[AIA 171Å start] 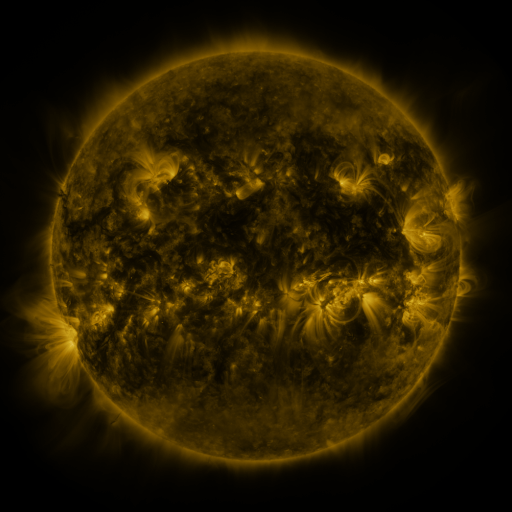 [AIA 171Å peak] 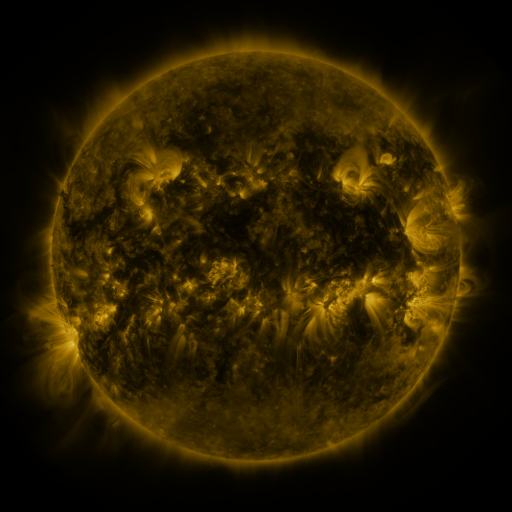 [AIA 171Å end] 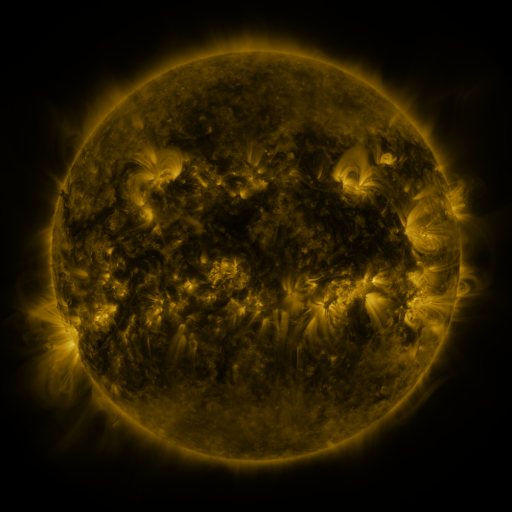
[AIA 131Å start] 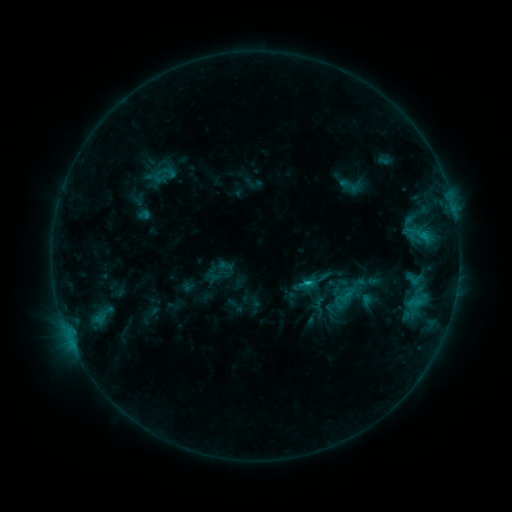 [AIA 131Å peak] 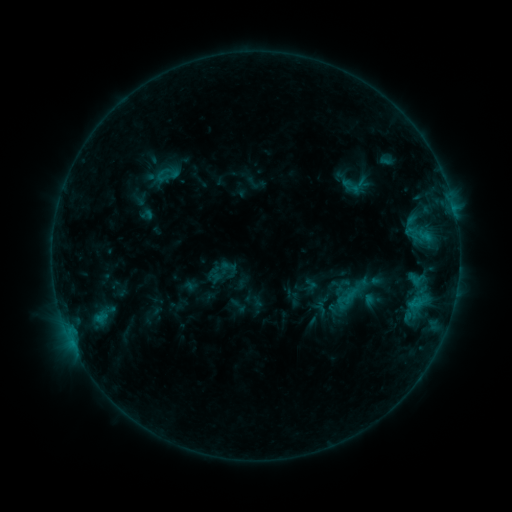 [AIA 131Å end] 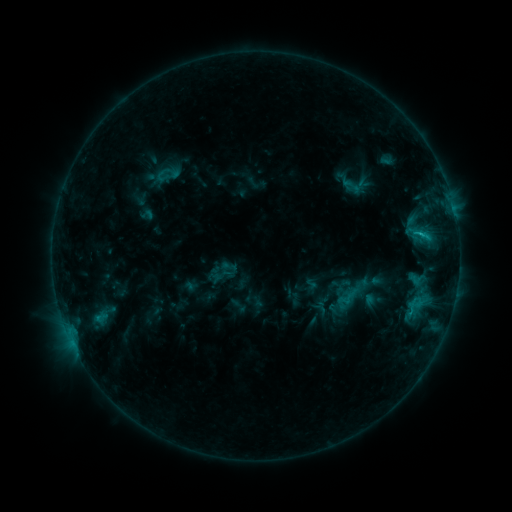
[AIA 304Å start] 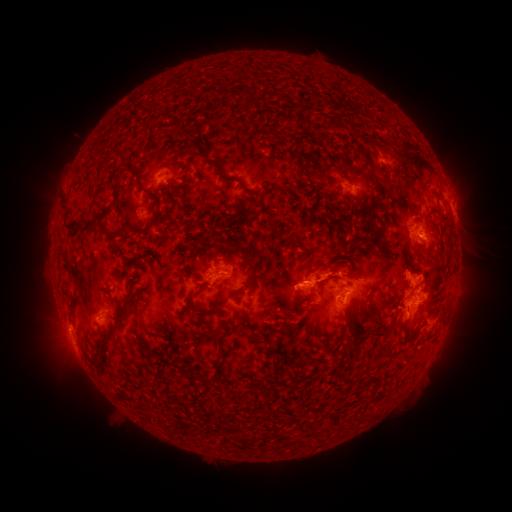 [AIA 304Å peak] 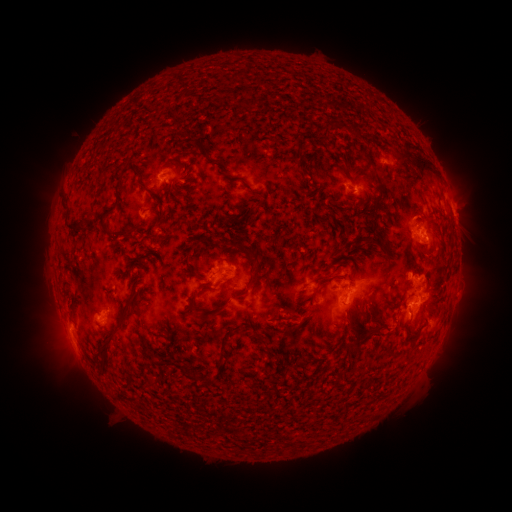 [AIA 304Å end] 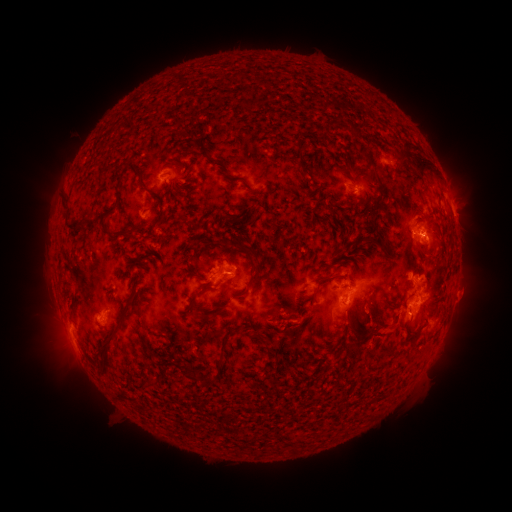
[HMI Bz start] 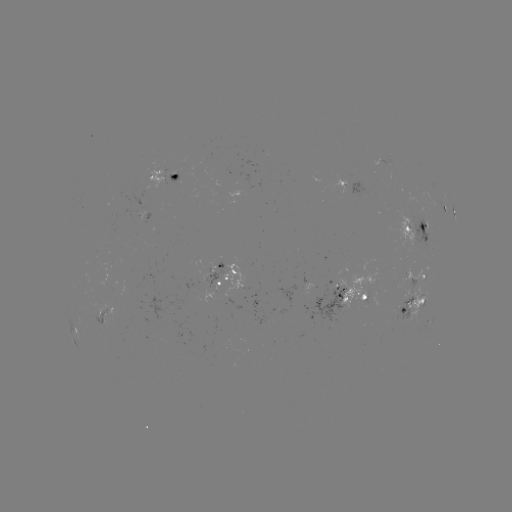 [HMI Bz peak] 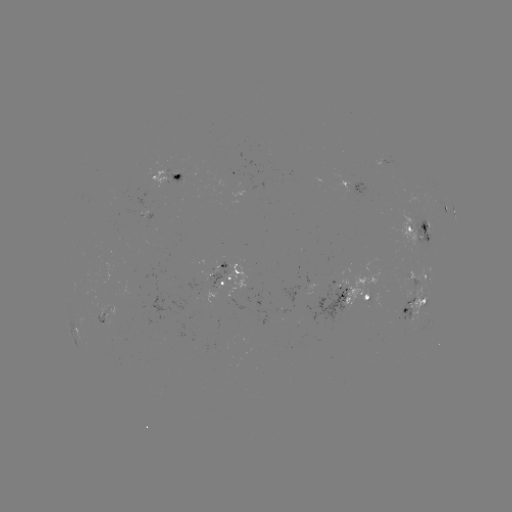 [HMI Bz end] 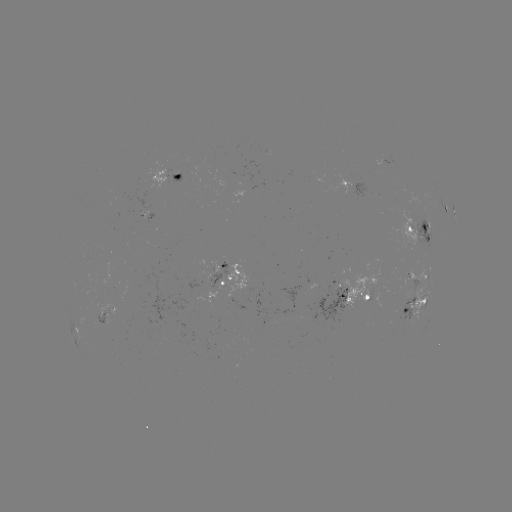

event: emerging-flux region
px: (316, 289)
